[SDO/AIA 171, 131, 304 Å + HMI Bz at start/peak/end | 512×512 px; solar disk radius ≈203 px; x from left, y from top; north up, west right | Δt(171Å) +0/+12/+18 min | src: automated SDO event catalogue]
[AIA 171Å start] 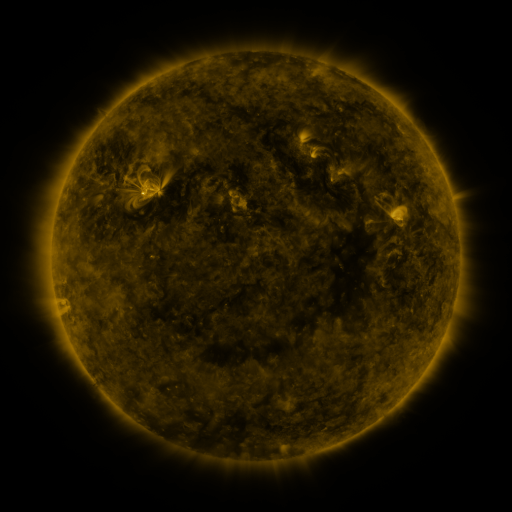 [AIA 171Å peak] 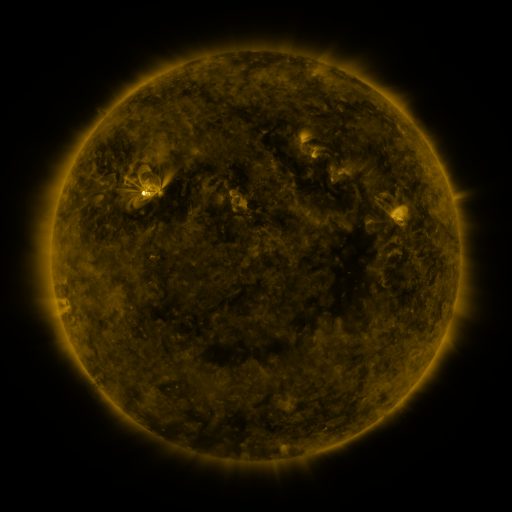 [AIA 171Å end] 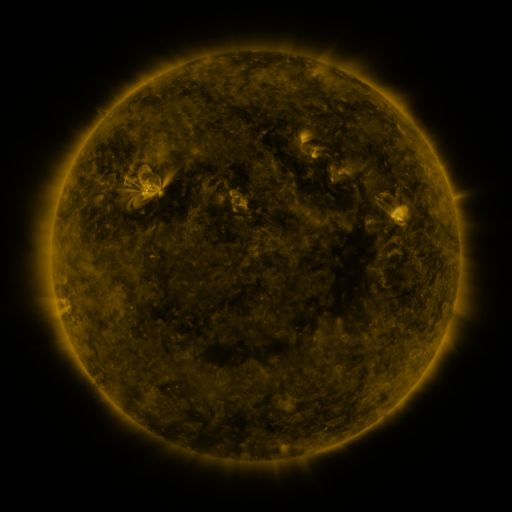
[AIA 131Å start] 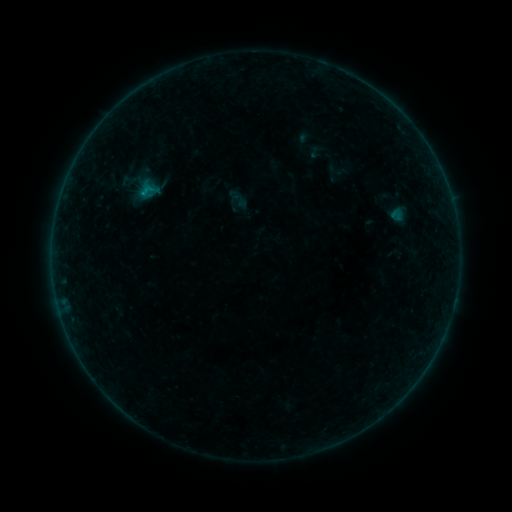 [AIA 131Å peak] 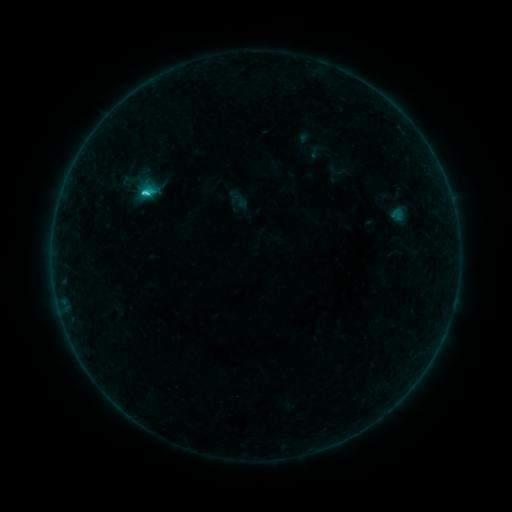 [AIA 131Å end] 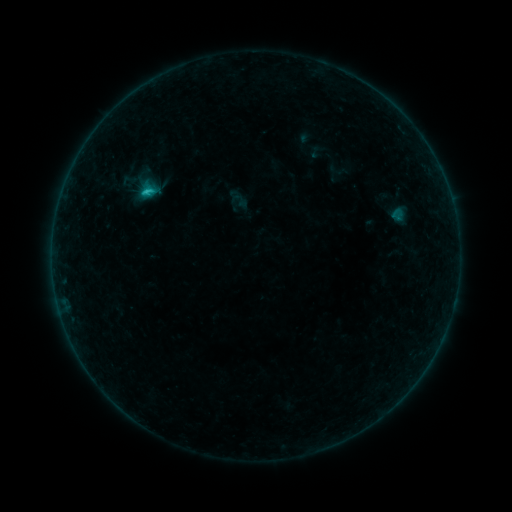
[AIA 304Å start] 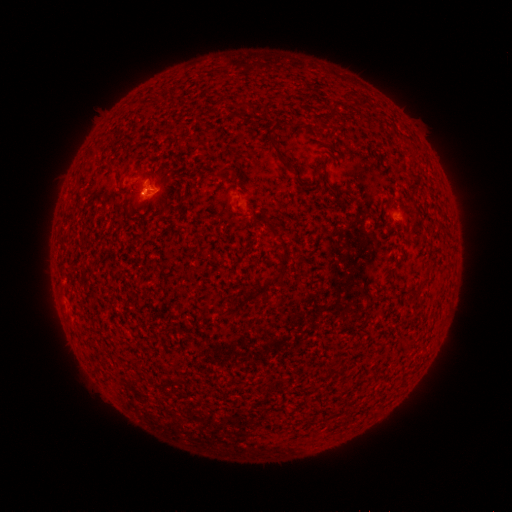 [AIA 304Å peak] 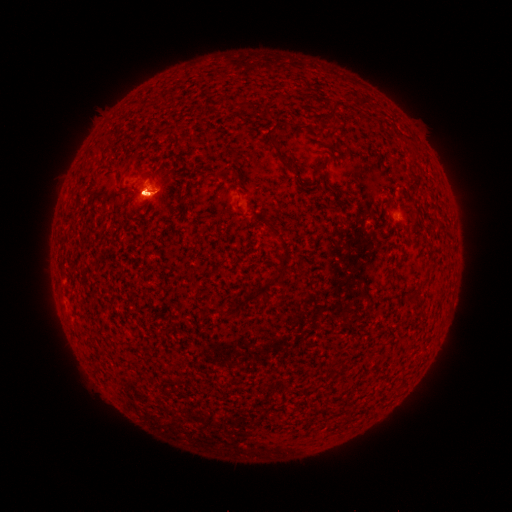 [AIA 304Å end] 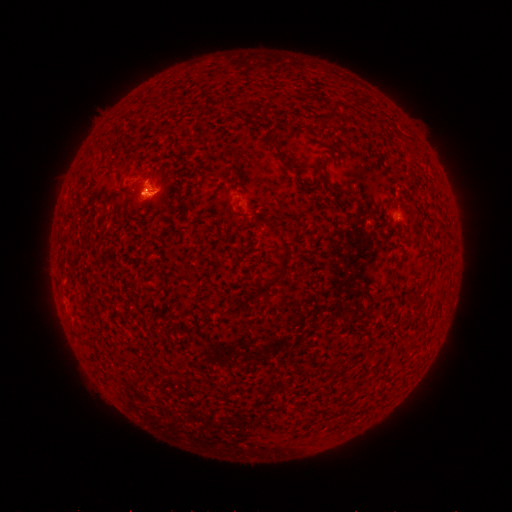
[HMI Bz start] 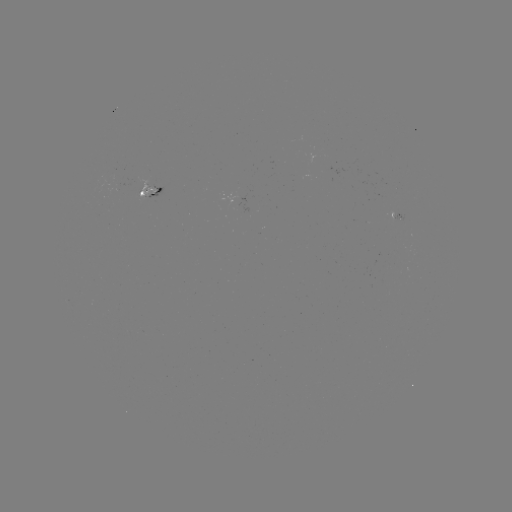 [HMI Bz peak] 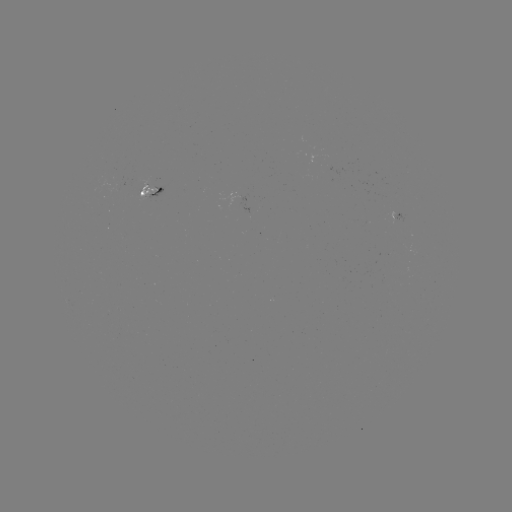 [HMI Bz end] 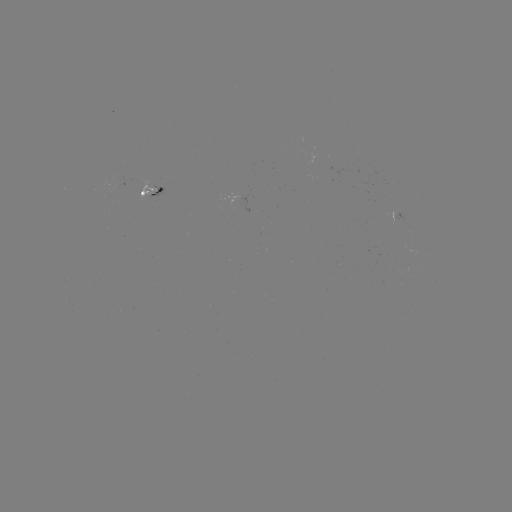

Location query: C1.3 flare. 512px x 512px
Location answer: (147, 194).